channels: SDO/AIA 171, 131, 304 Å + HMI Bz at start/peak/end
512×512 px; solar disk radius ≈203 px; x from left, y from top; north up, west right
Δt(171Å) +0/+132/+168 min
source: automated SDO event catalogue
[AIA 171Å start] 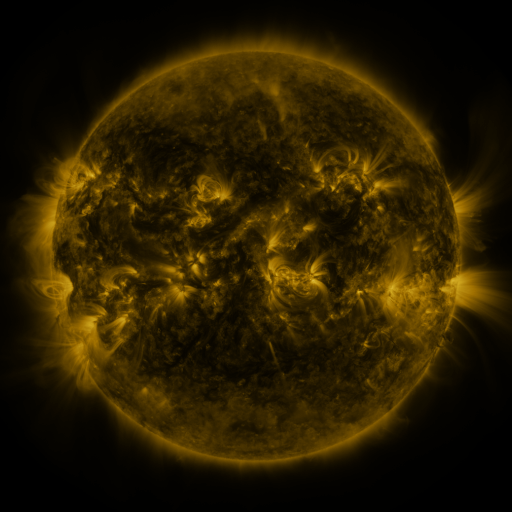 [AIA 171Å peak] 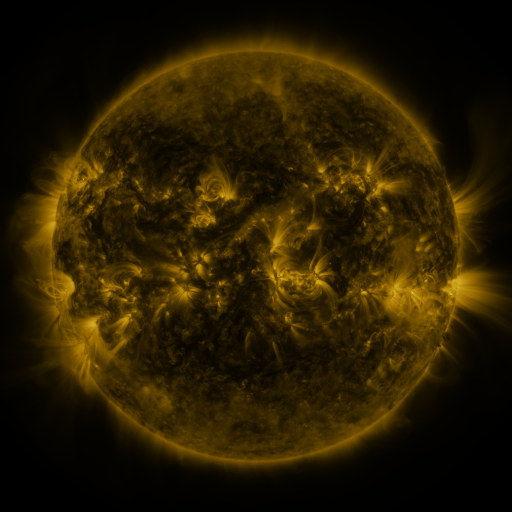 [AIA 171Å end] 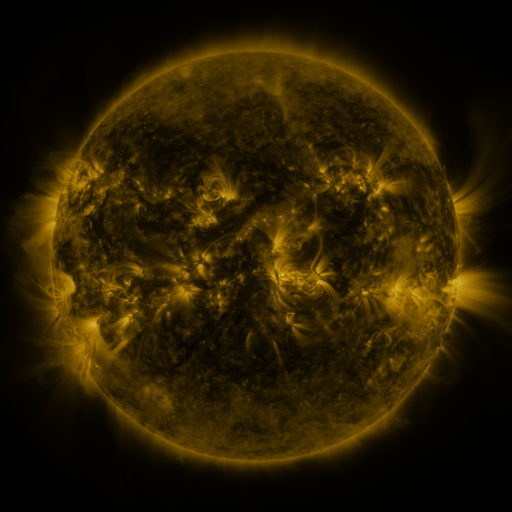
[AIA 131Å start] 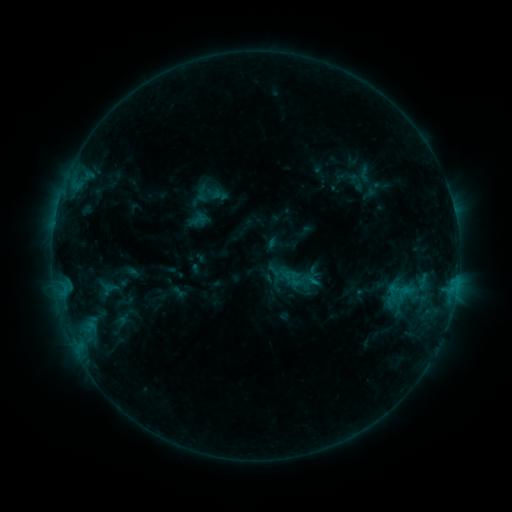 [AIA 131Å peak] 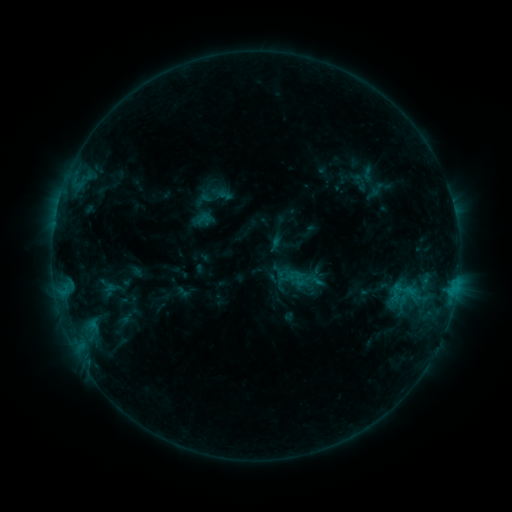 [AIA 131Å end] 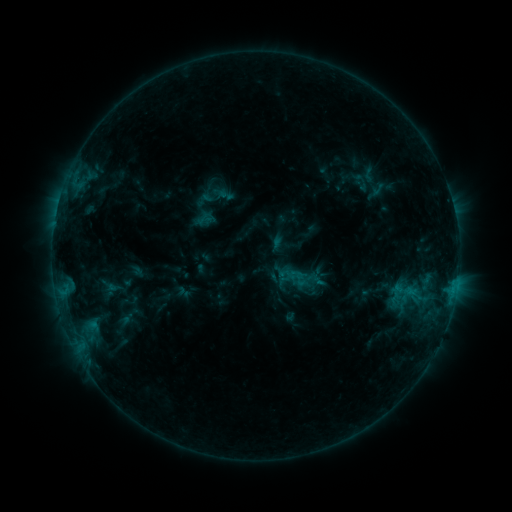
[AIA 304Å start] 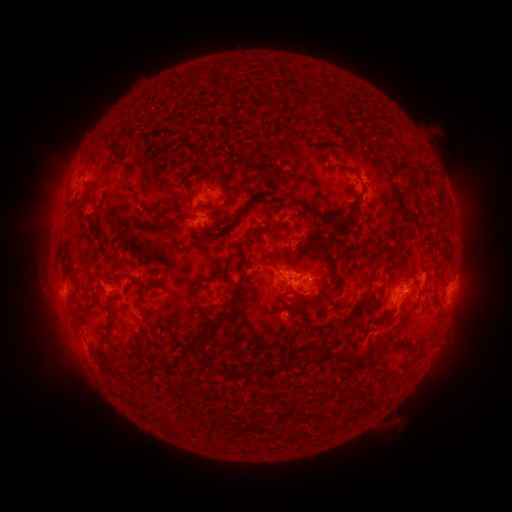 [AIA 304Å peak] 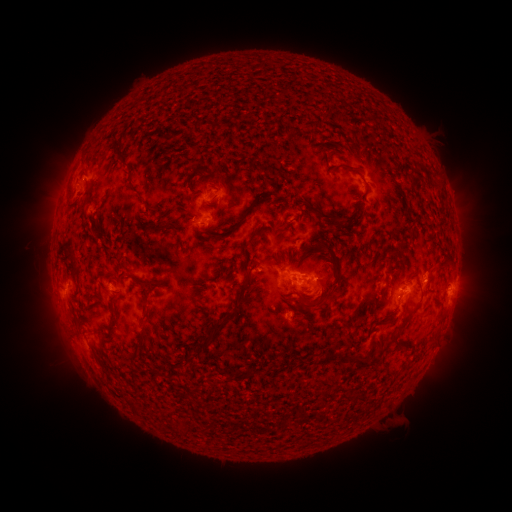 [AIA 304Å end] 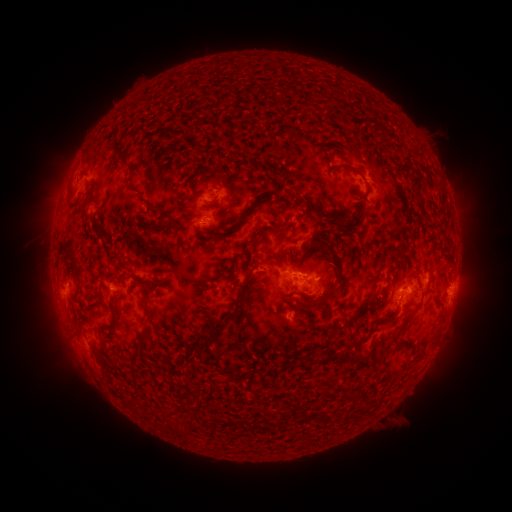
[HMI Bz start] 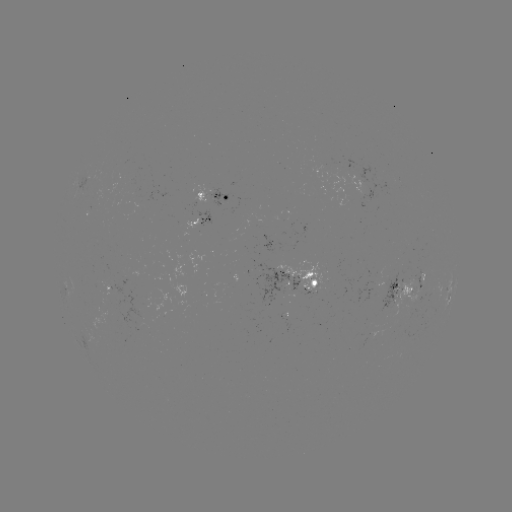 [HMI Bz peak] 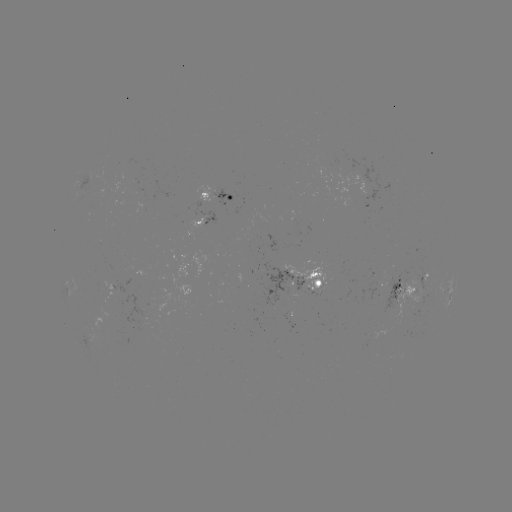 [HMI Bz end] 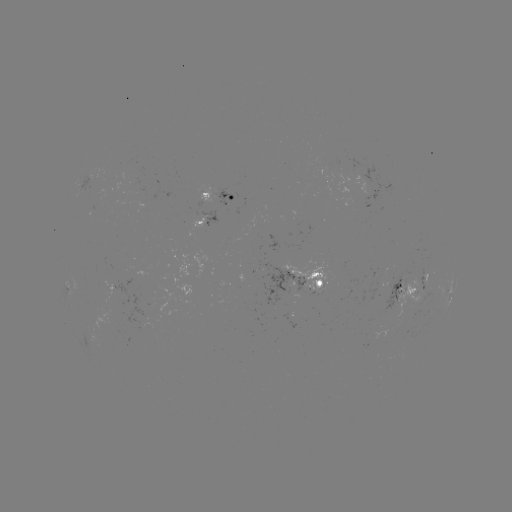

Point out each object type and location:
emerging-flux region: (226, 200)
